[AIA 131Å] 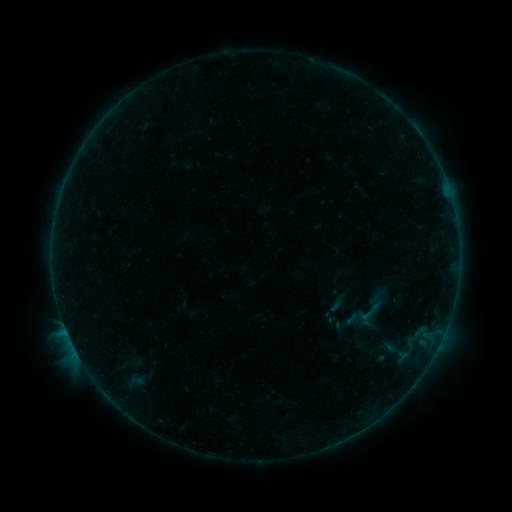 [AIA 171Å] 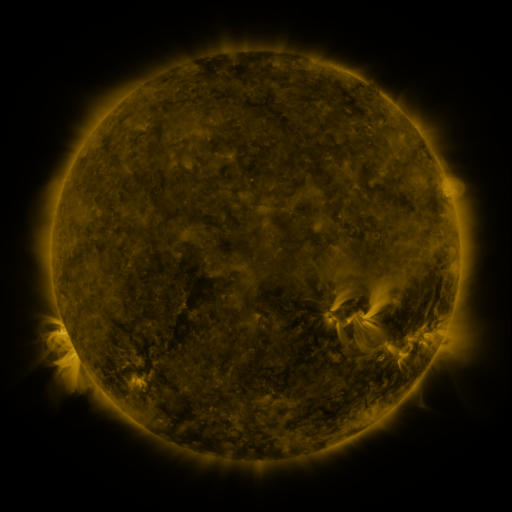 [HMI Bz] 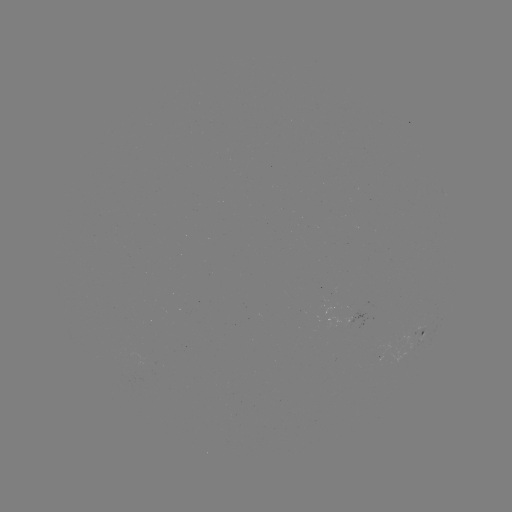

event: sigmoid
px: (370, 312)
